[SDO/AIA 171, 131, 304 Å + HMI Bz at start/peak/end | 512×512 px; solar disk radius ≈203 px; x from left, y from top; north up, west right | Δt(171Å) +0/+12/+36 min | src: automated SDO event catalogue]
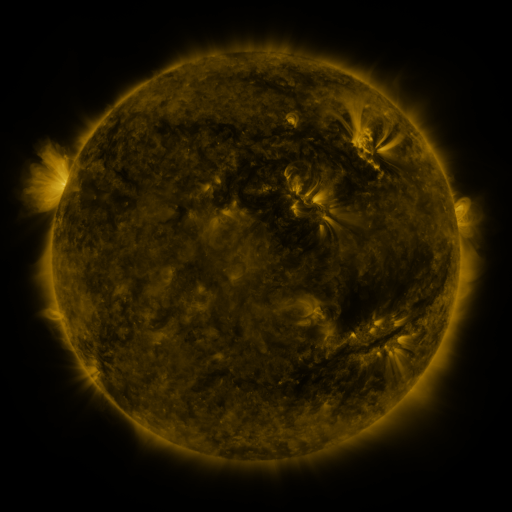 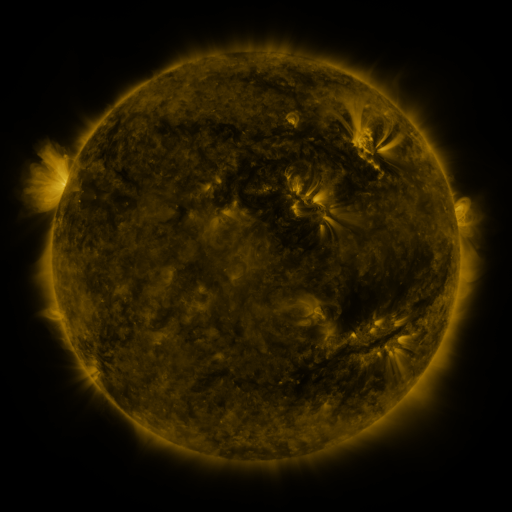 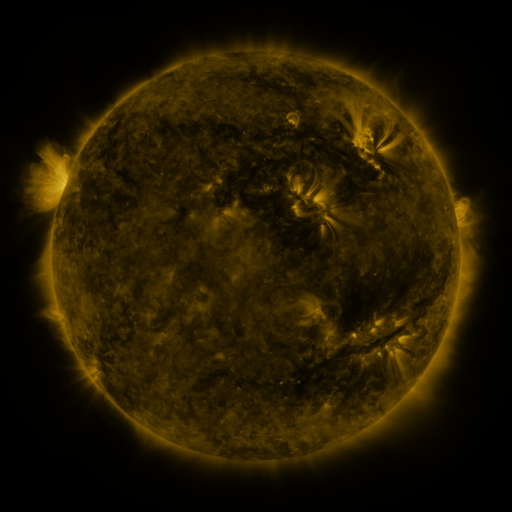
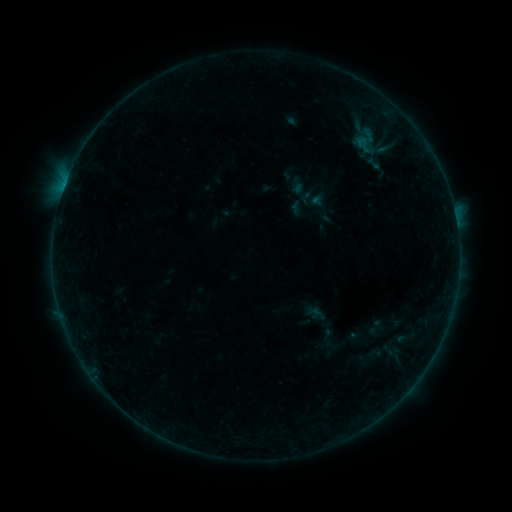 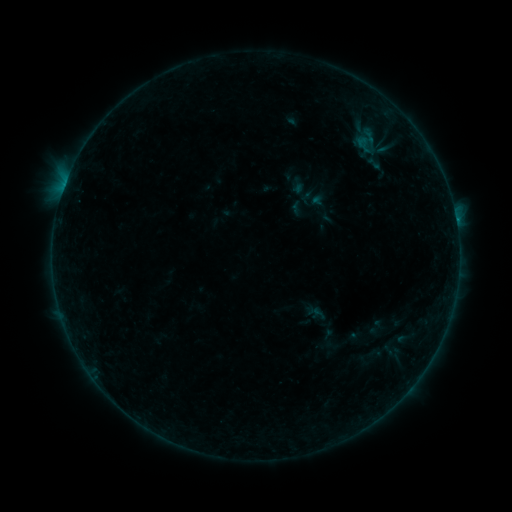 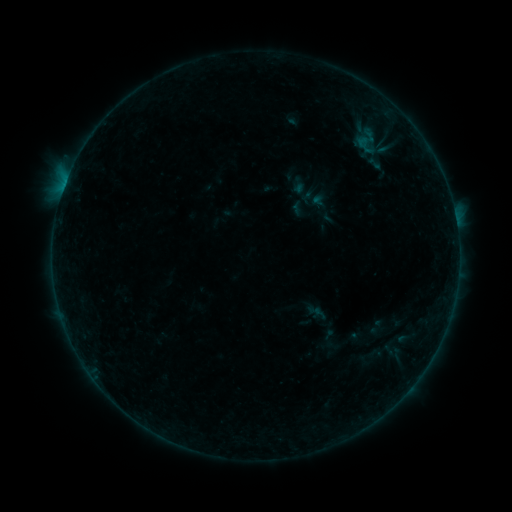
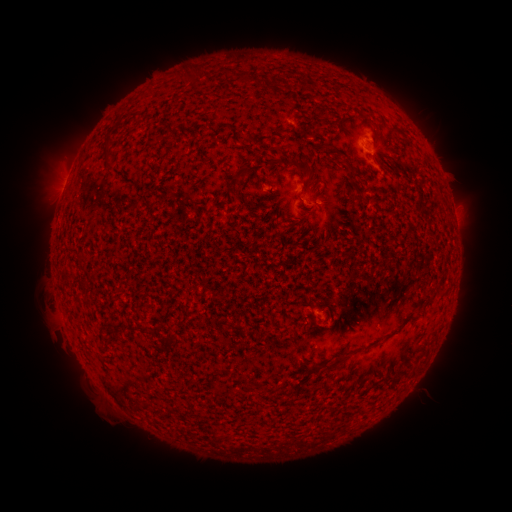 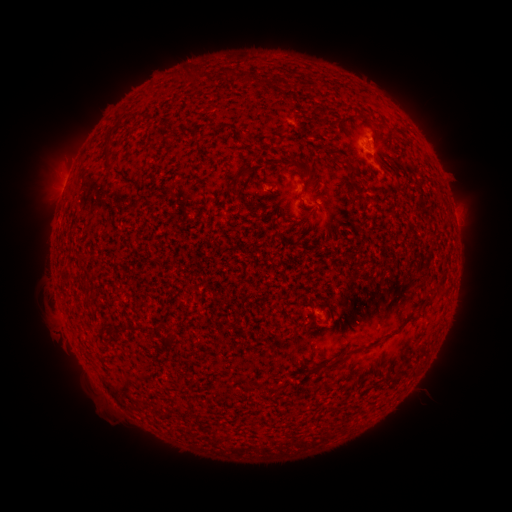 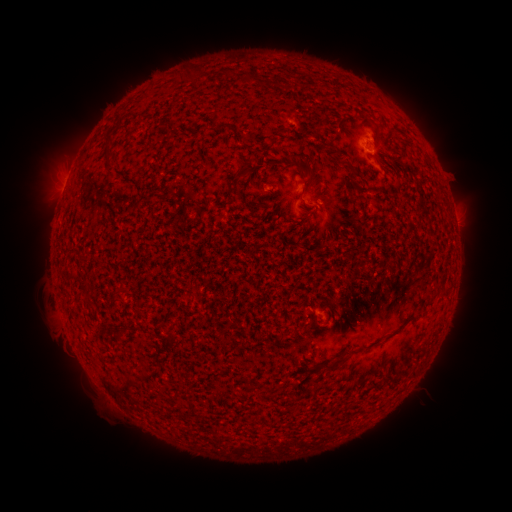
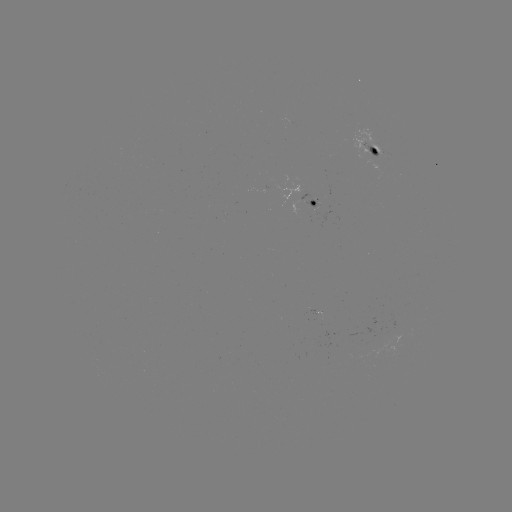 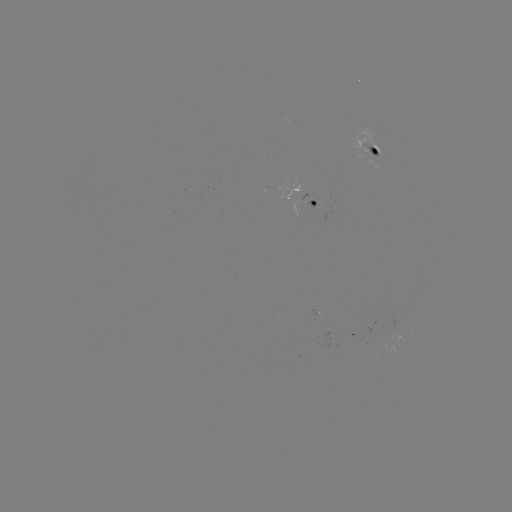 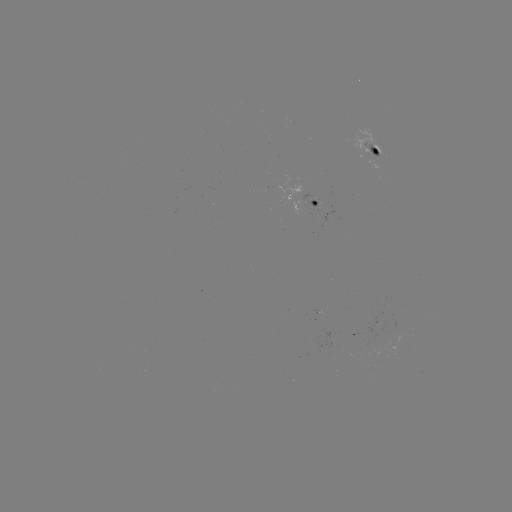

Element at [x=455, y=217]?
B2.3 flare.